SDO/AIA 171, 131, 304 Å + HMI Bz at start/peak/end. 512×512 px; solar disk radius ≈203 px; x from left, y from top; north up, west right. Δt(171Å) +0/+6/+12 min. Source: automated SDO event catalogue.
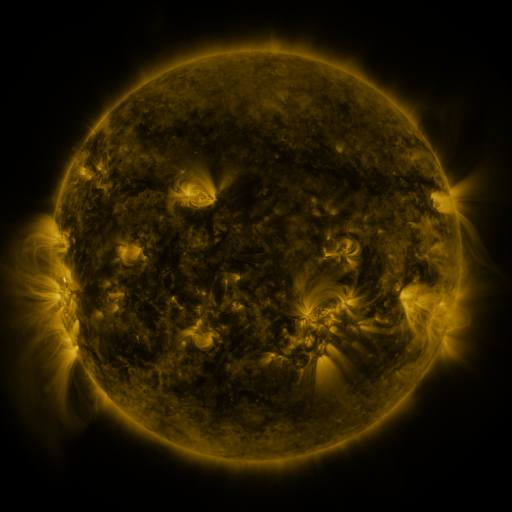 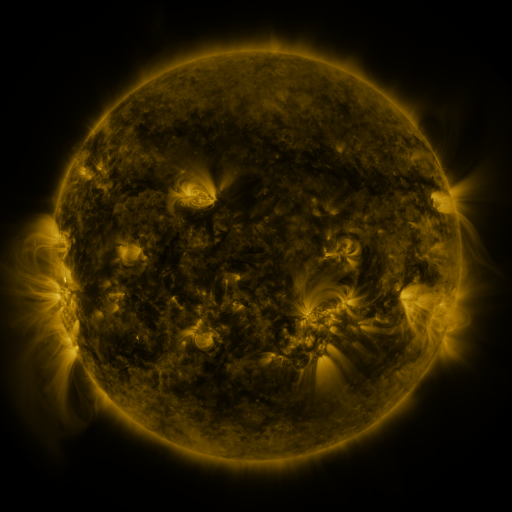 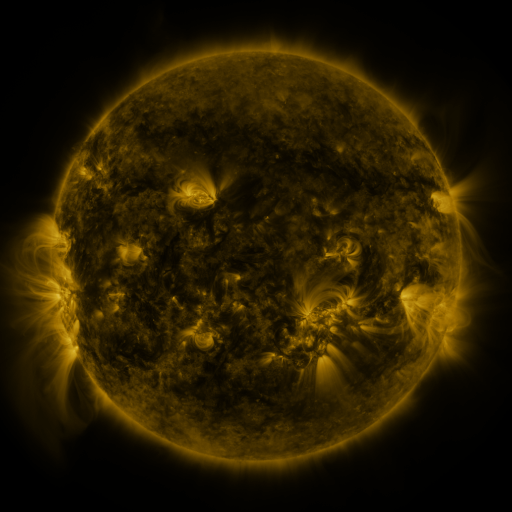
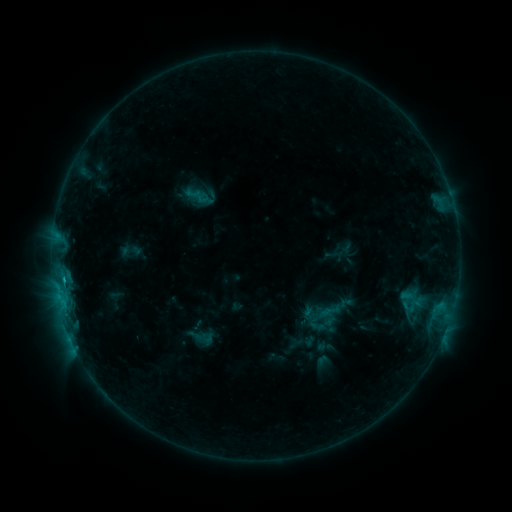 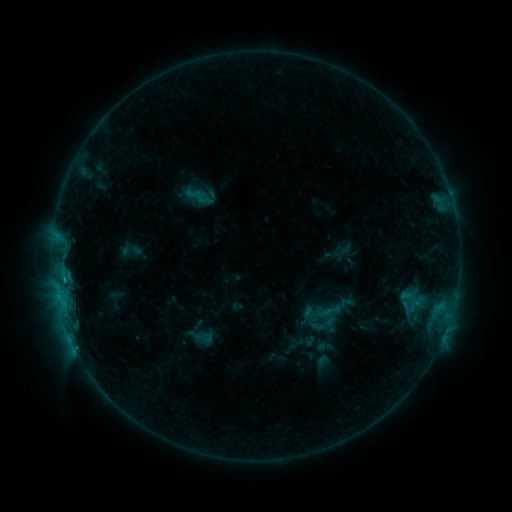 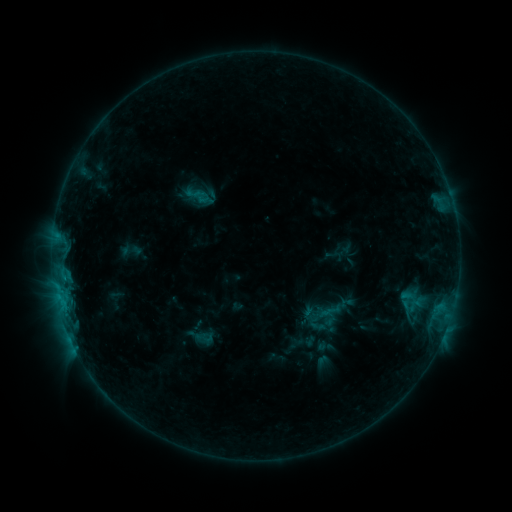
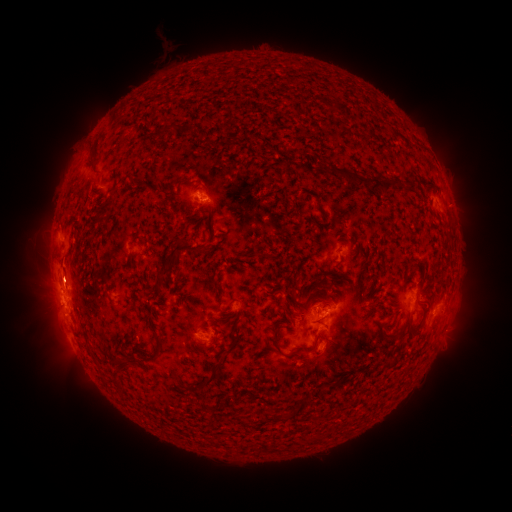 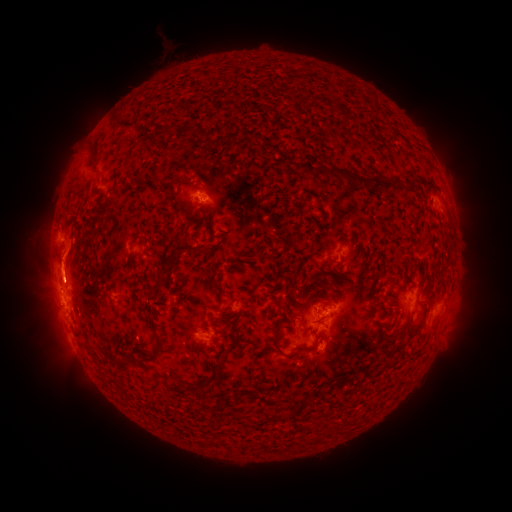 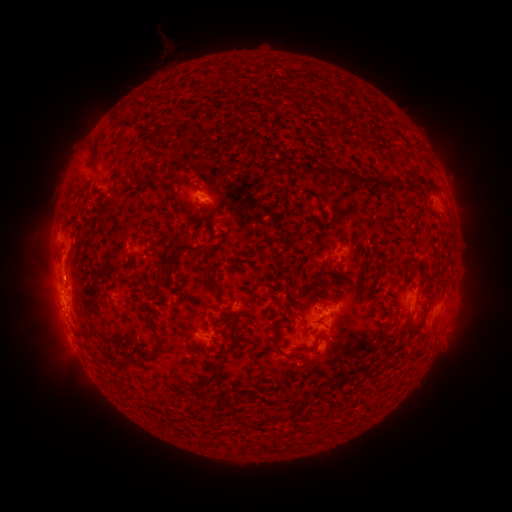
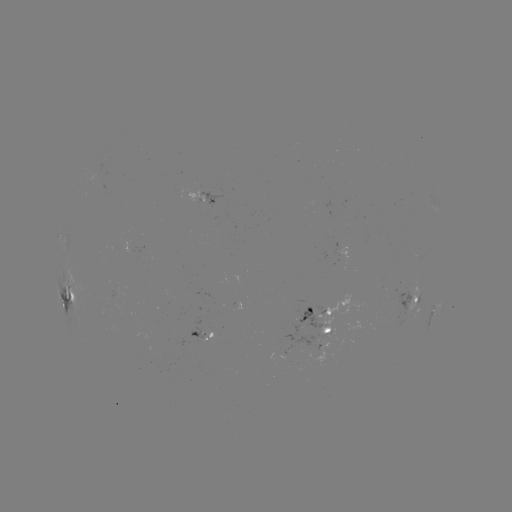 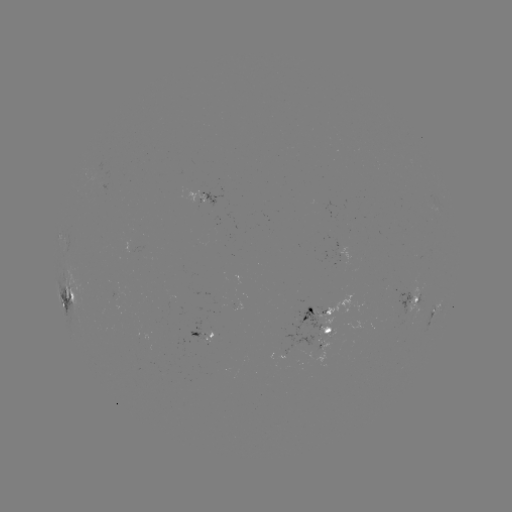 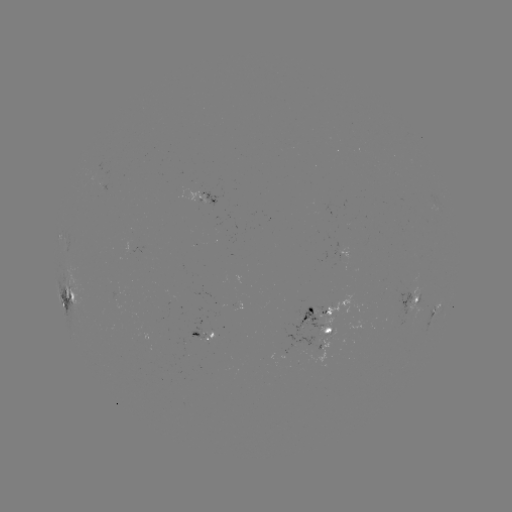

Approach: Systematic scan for eruption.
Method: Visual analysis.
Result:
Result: eruption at [63, 265].